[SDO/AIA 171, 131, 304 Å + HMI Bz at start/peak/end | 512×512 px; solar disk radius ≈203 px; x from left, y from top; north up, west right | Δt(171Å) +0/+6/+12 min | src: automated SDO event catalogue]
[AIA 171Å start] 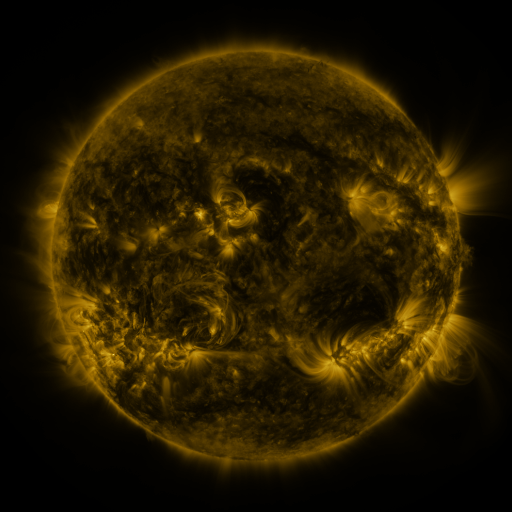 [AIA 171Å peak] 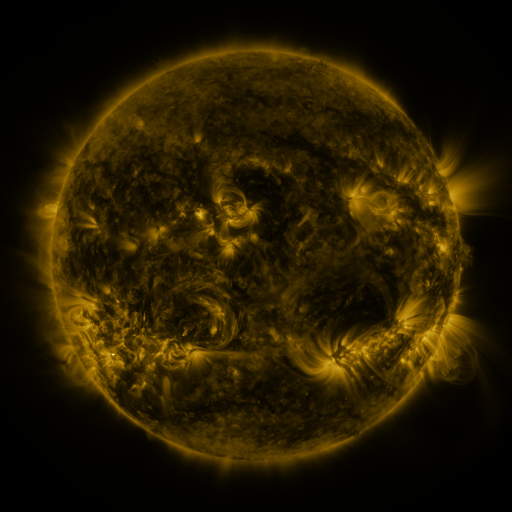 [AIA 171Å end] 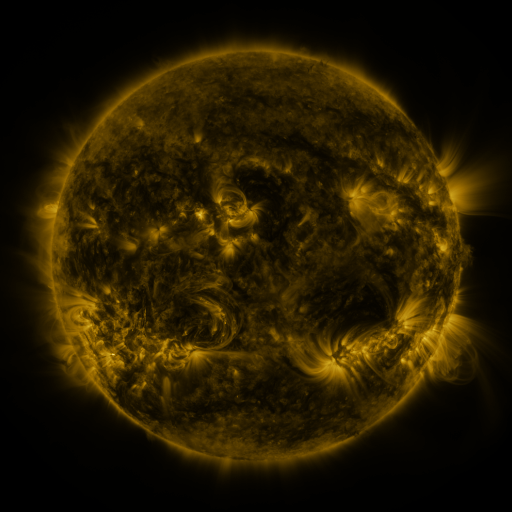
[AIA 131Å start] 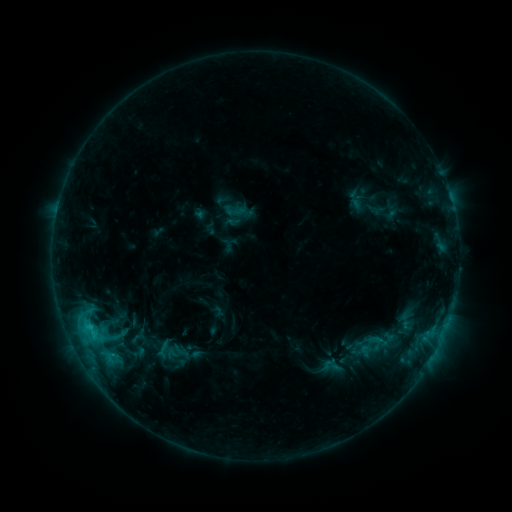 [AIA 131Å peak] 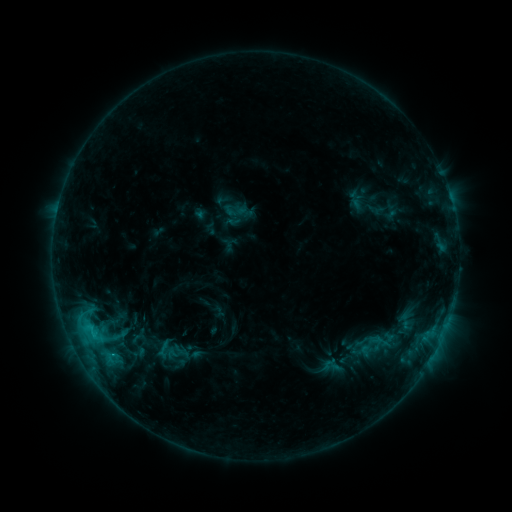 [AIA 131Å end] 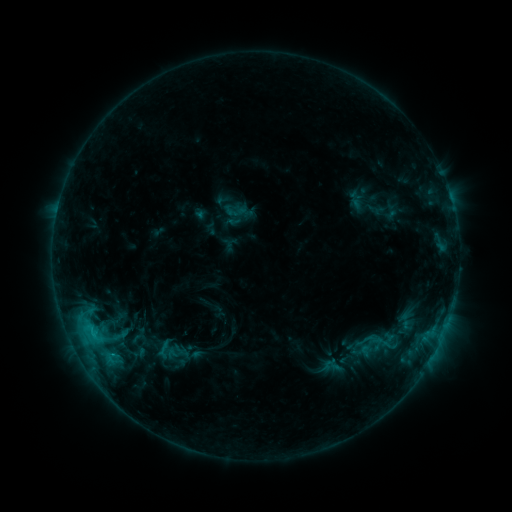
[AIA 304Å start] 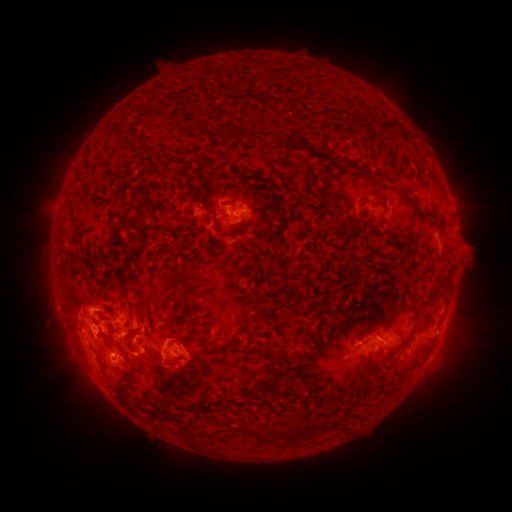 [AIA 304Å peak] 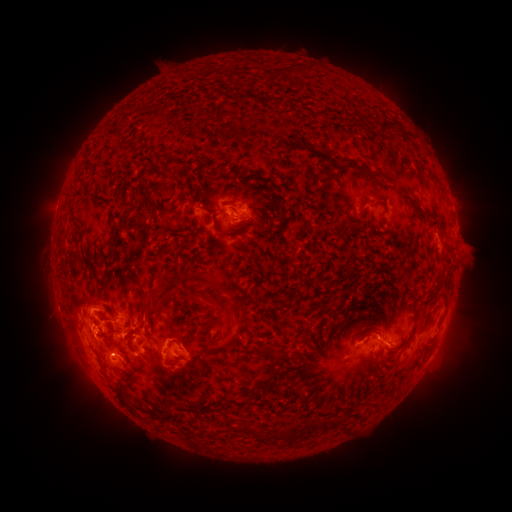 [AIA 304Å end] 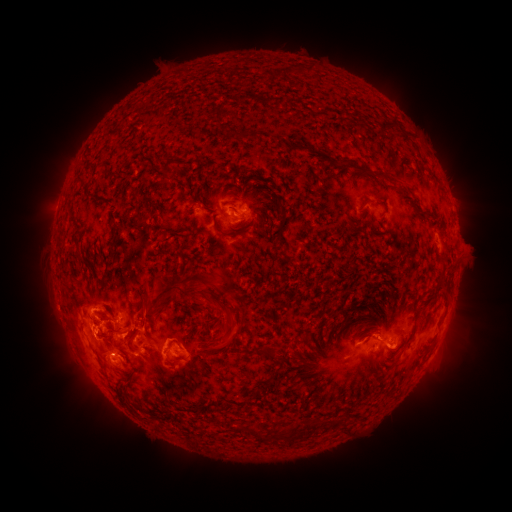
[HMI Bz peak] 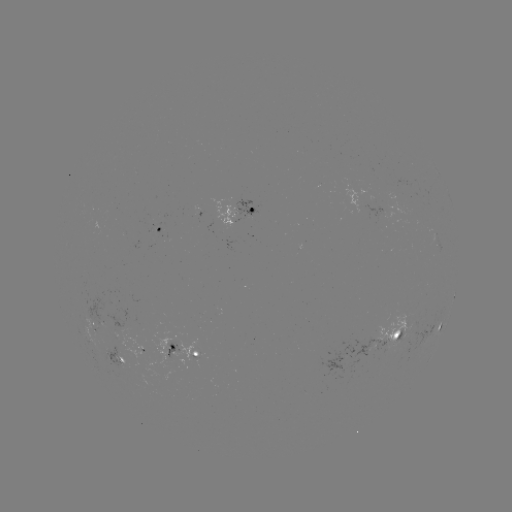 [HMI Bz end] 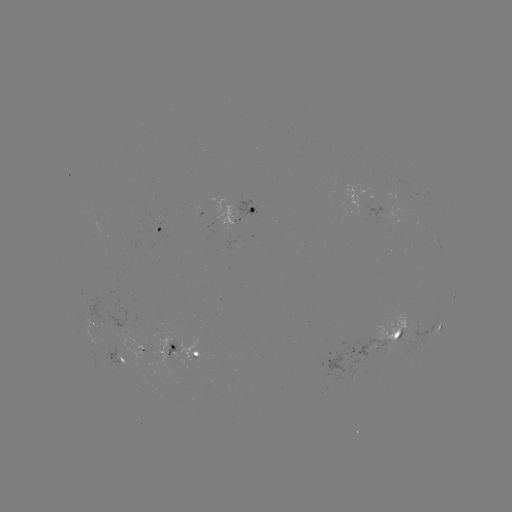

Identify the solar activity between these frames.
eruption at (397, 347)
